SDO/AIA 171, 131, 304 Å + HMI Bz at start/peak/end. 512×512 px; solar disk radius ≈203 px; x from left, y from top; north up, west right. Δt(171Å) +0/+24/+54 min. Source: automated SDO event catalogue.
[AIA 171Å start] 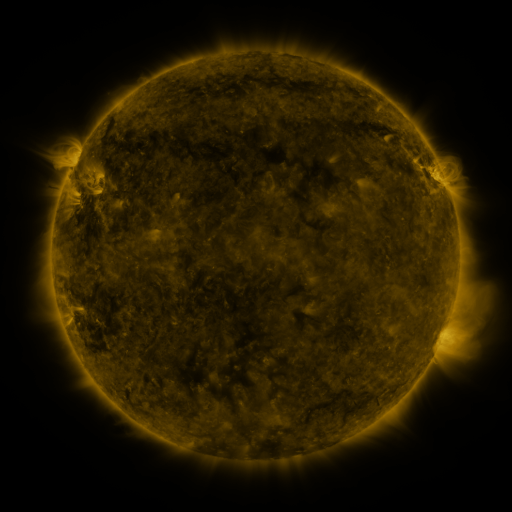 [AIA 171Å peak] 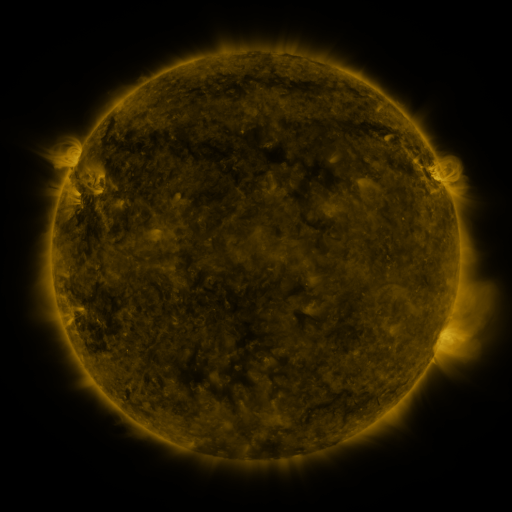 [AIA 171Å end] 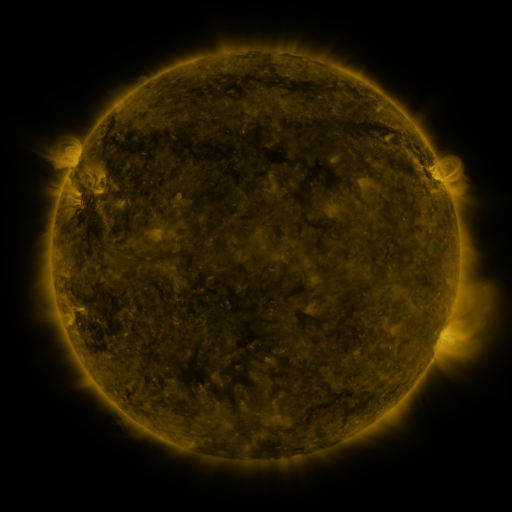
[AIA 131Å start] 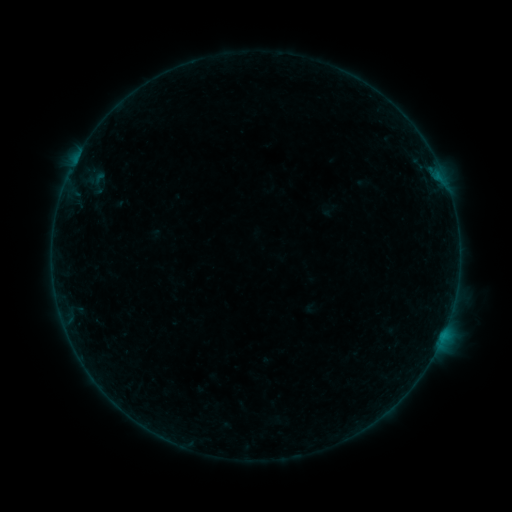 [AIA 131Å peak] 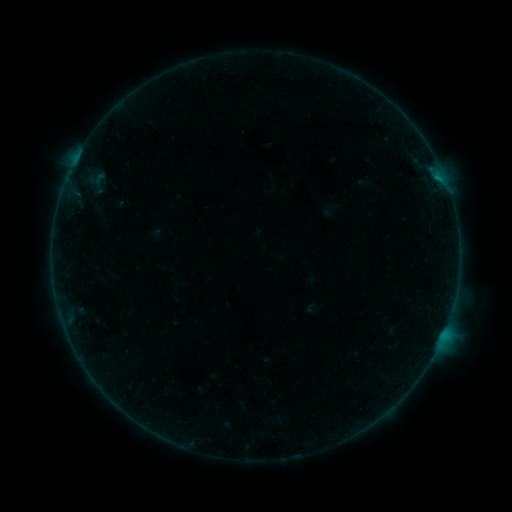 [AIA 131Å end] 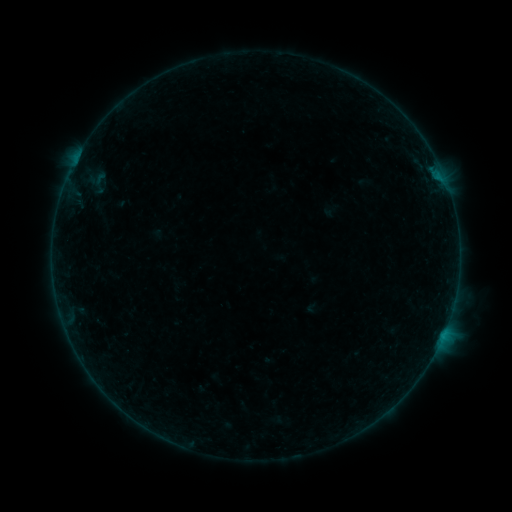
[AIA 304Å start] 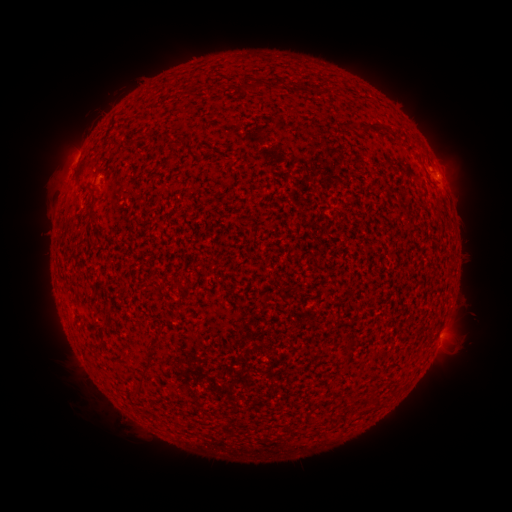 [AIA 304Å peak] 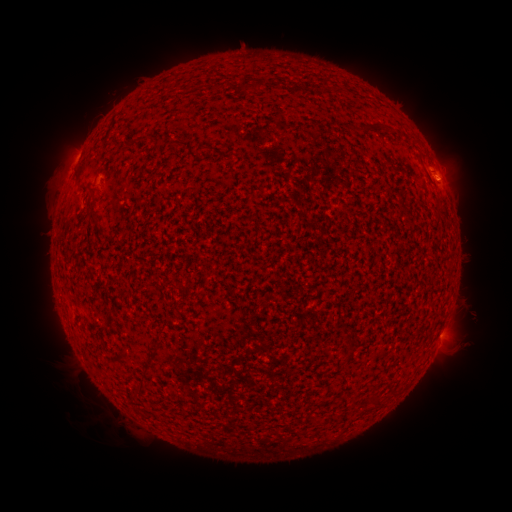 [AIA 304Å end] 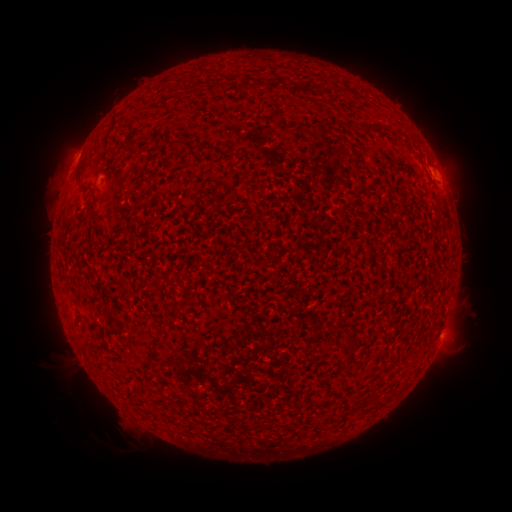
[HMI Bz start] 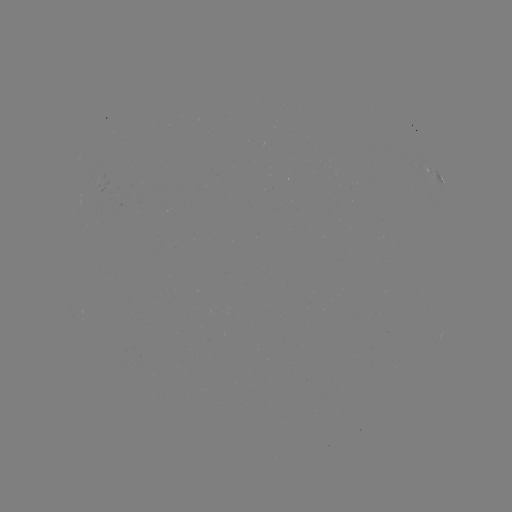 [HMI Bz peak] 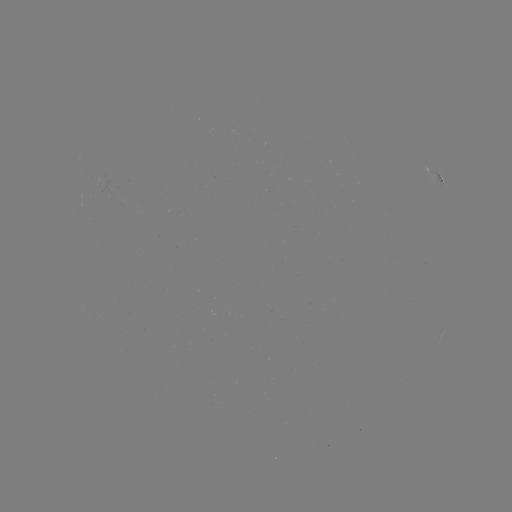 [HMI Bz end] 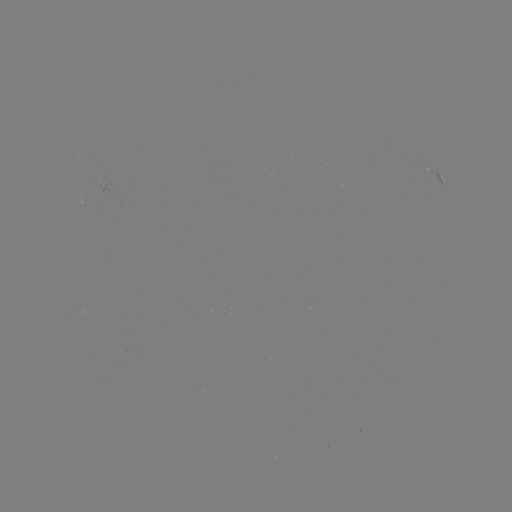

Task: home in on eruption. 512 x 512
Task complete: [91, 415].